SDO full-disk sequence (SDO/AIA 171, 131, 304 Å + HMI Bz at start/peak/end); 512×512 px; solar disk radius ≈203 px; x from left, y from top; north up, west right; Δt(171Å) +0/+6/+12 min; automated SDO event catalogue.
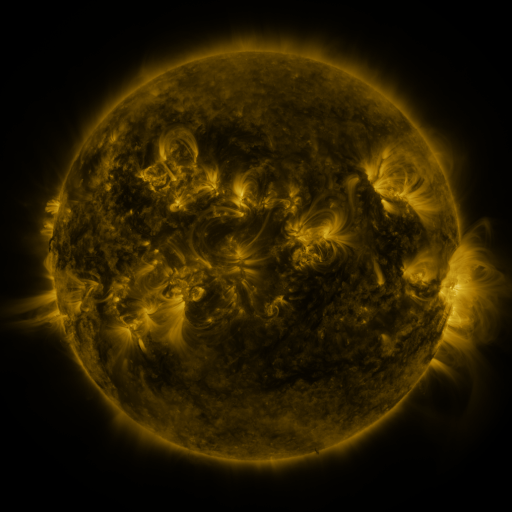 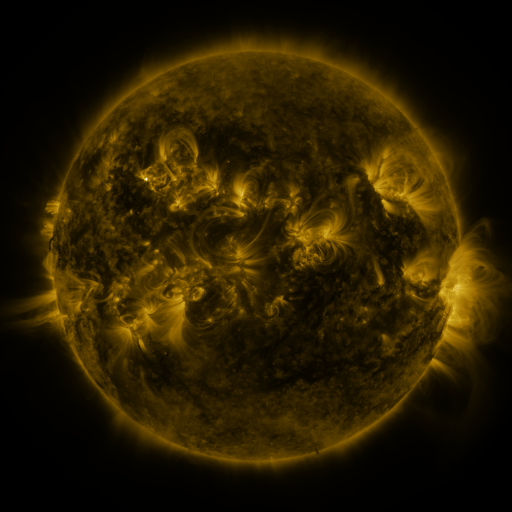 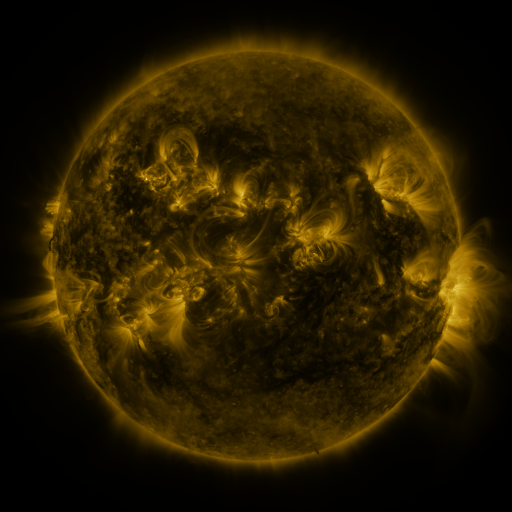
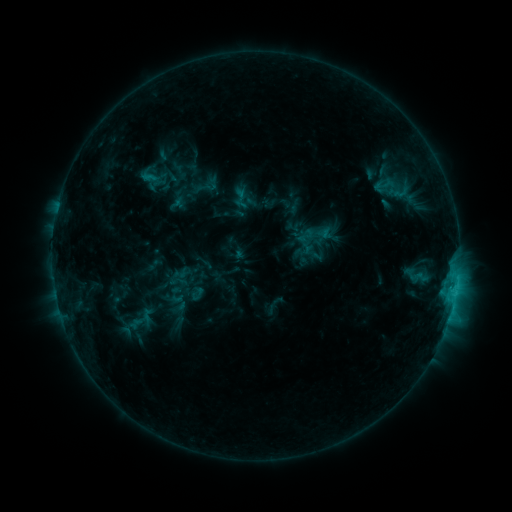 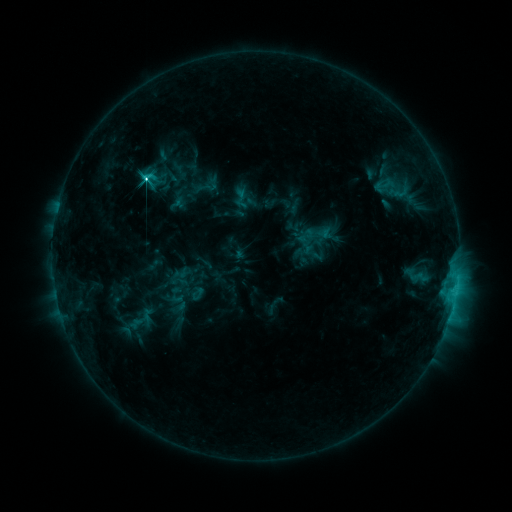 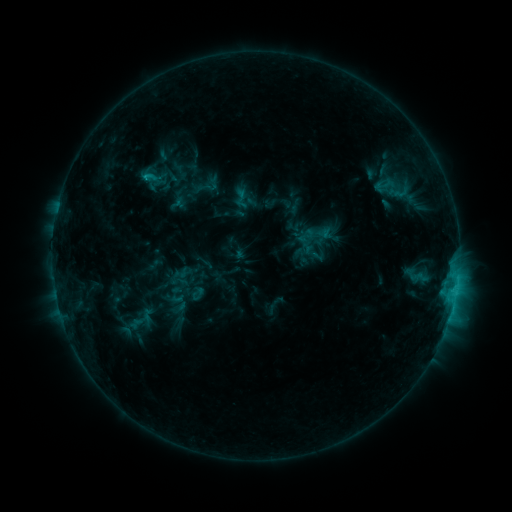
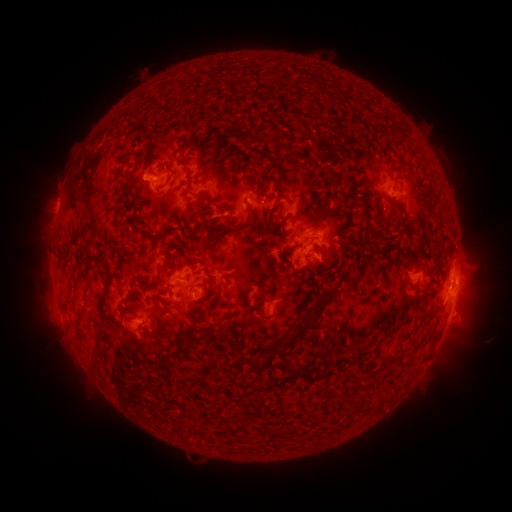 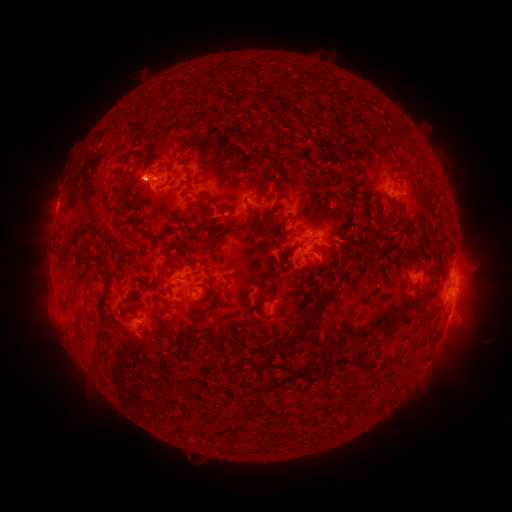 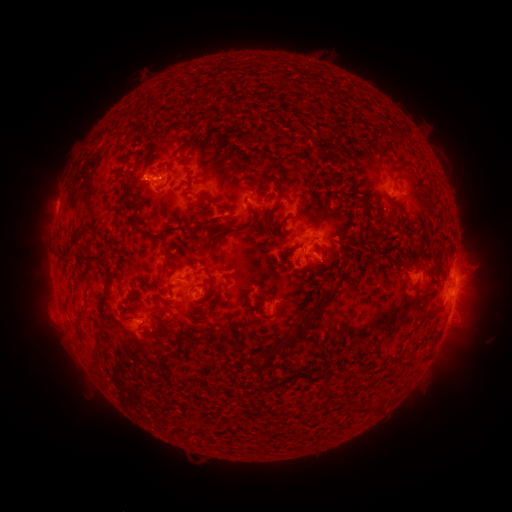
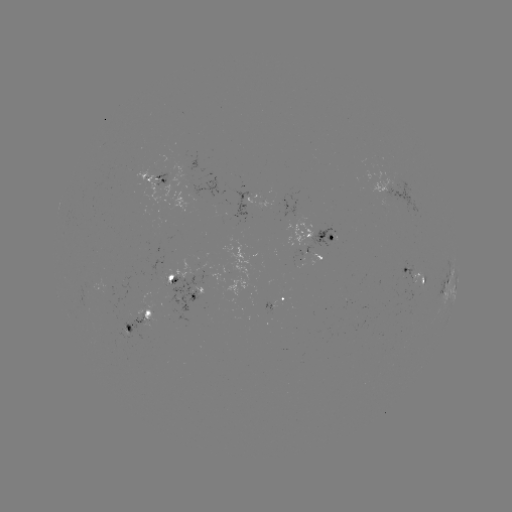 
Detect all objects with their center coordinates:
C4.3 flare: (146, 179)
